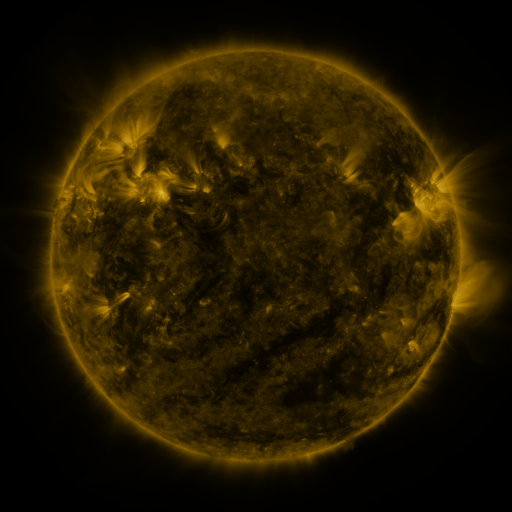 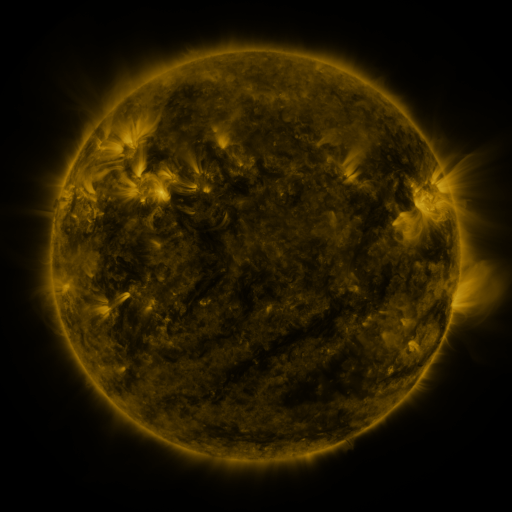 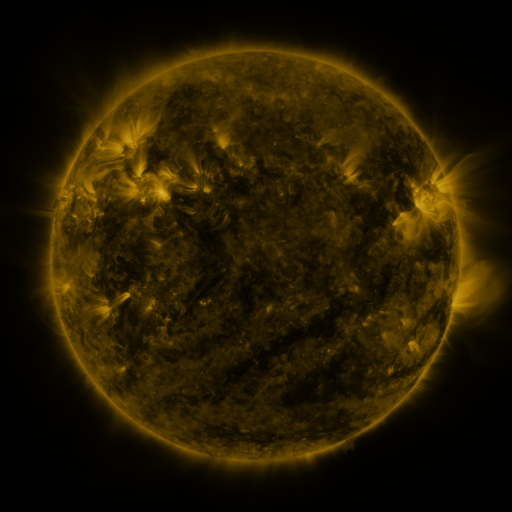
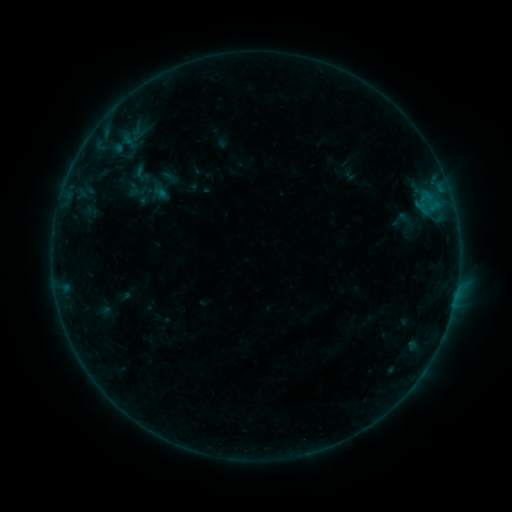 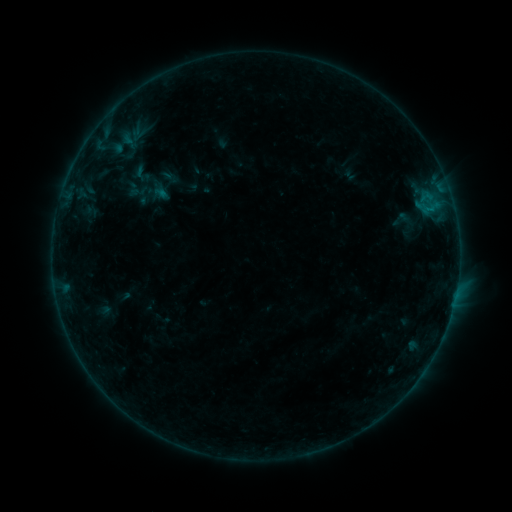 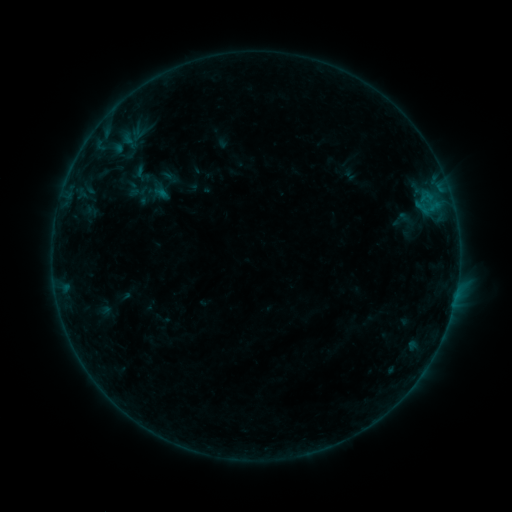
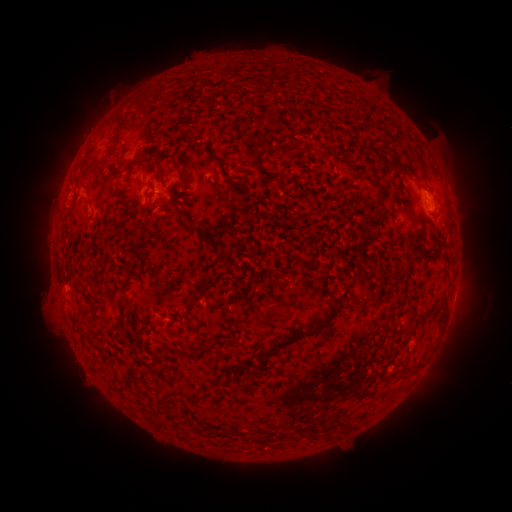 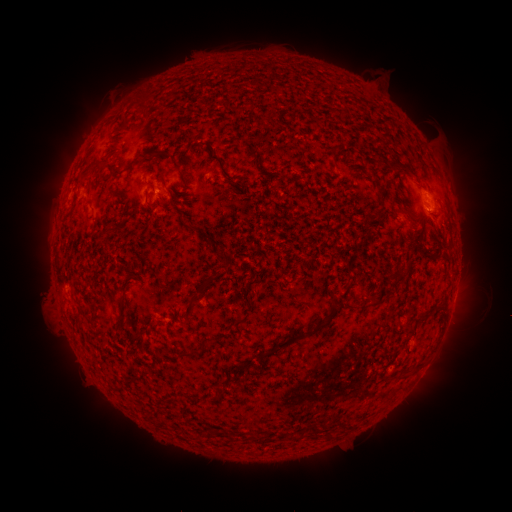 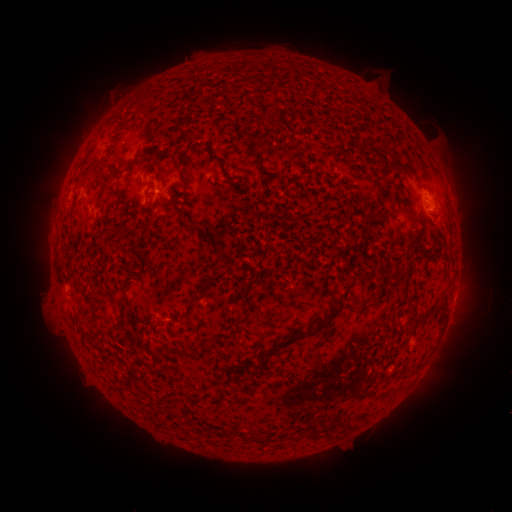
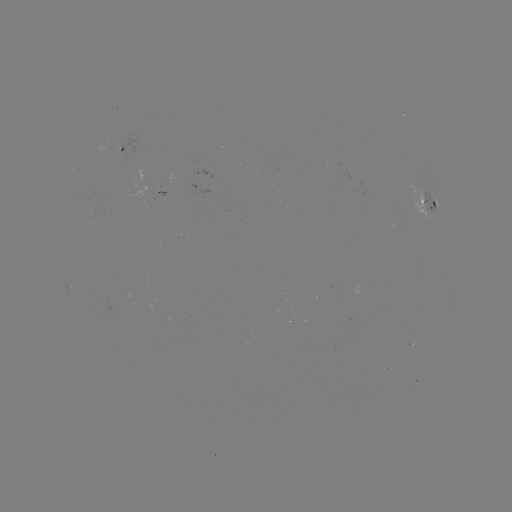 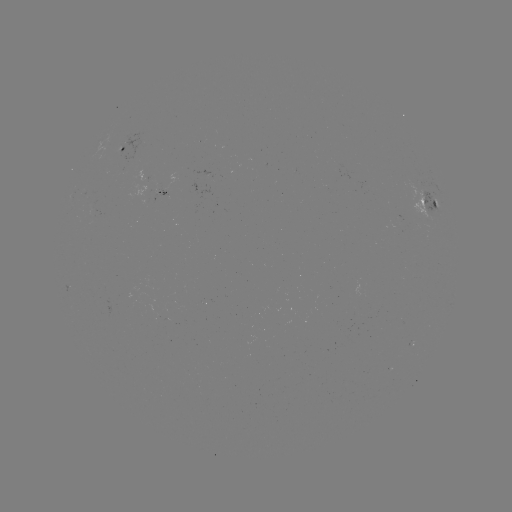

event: flare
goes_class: B2.3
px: (426, 210)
